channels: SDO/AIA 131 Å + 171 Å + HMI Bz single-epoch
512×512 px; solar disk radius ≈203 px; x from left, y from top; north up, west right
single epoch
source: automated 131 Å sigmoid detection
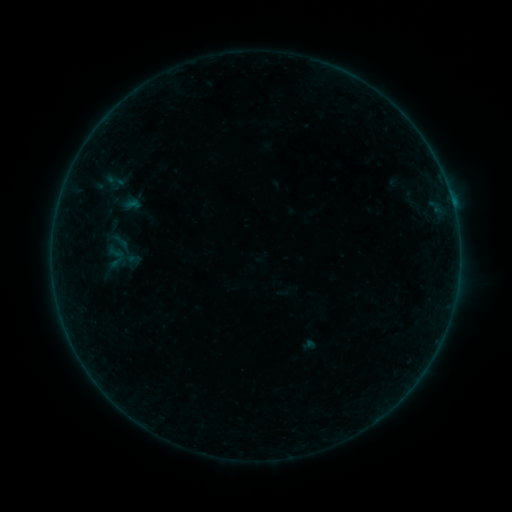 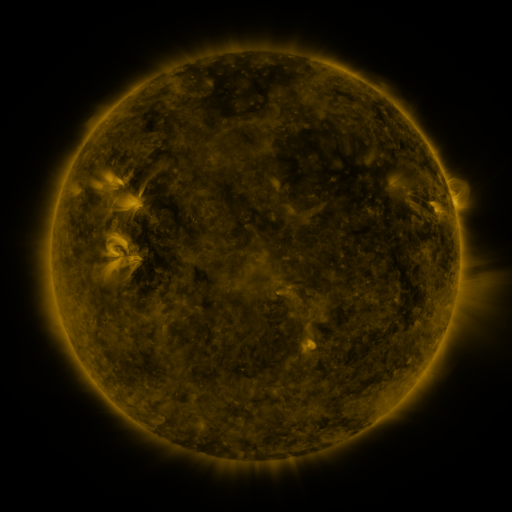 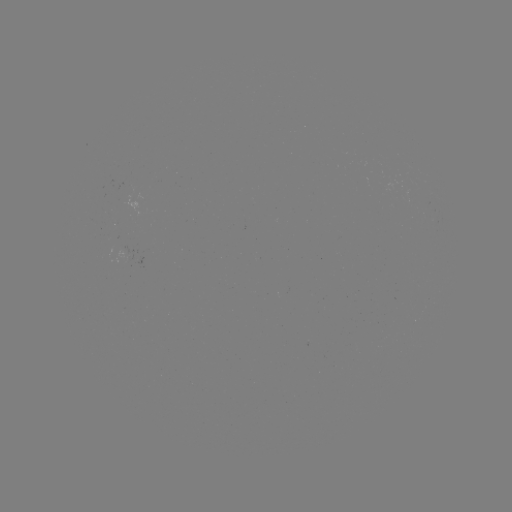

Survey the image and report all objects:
sigmoid: (115, 181)
sigmoid: (116, 255)
